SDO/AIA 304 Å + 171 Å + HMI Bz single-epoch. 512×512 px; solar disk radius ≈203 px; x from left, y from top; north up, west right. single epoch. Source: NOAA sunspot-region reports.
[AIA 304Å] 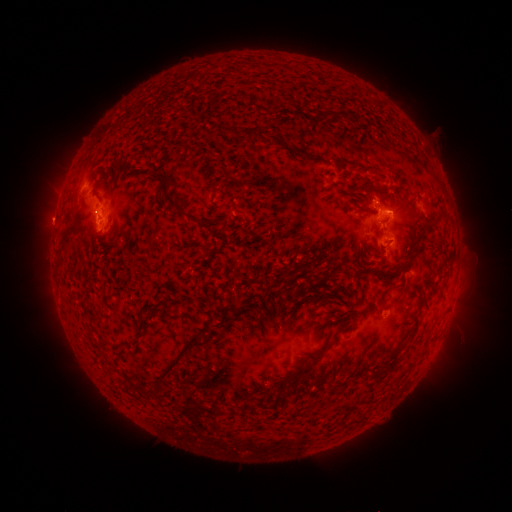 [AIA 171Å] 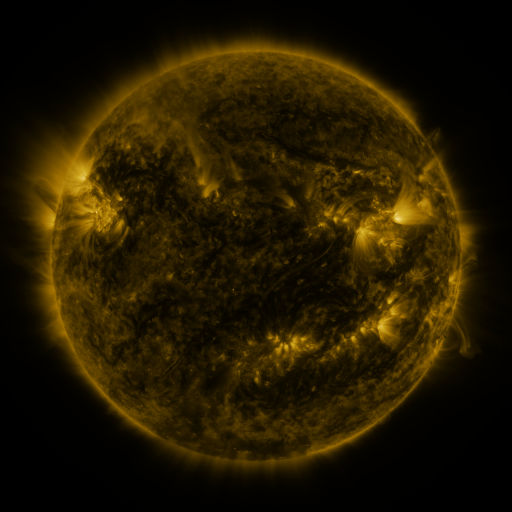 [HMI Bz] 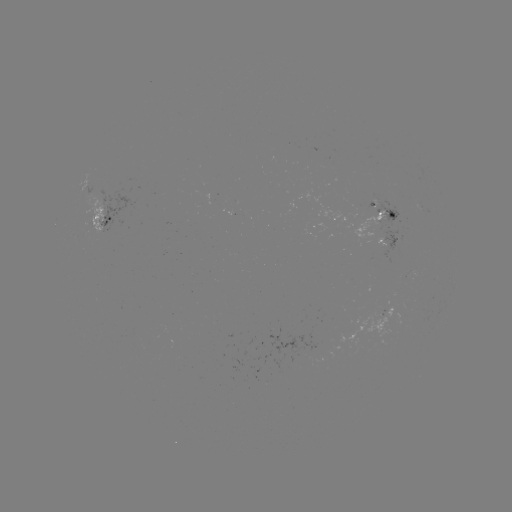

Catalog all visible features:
spotted active region: (383, 215)
spotted active region: (105, 221)
spotted active region: (391, 240)
